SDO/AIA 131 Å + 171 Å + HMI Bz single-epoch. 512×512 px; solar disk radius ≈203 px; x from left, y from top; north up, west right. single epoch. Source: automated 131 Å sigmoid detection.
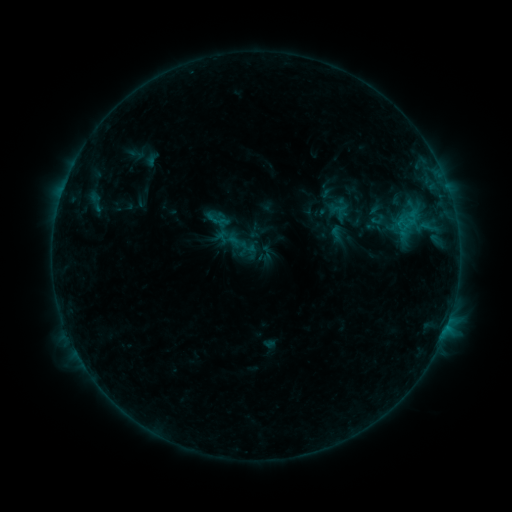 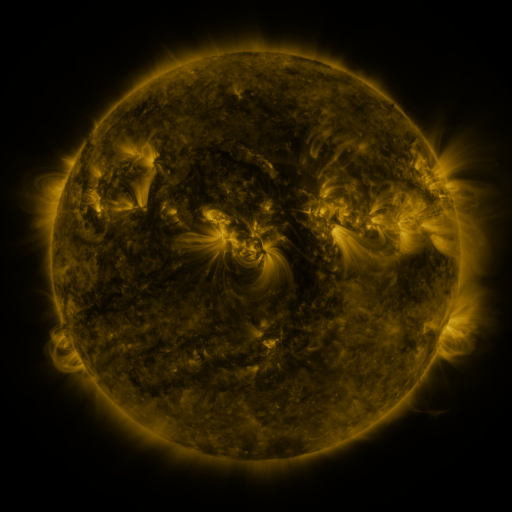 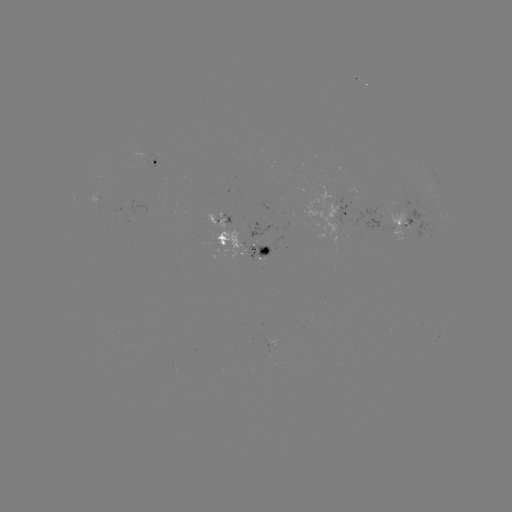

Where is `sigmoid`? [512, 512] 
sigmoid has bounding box [227, 230, 255, 258].